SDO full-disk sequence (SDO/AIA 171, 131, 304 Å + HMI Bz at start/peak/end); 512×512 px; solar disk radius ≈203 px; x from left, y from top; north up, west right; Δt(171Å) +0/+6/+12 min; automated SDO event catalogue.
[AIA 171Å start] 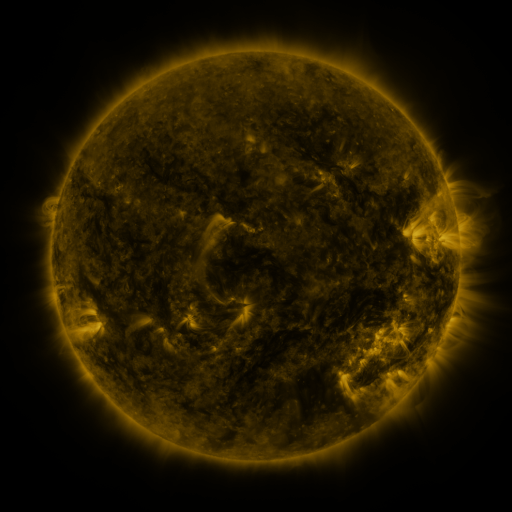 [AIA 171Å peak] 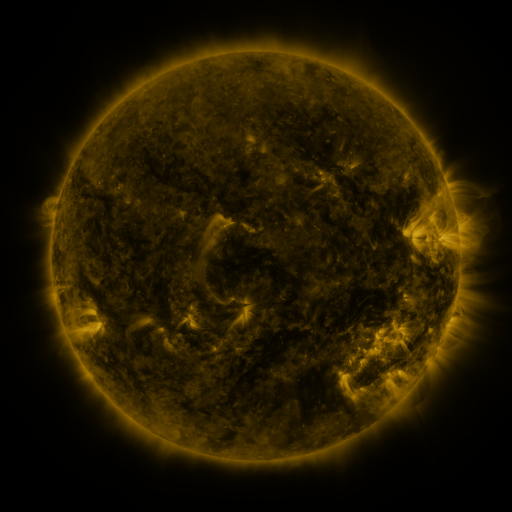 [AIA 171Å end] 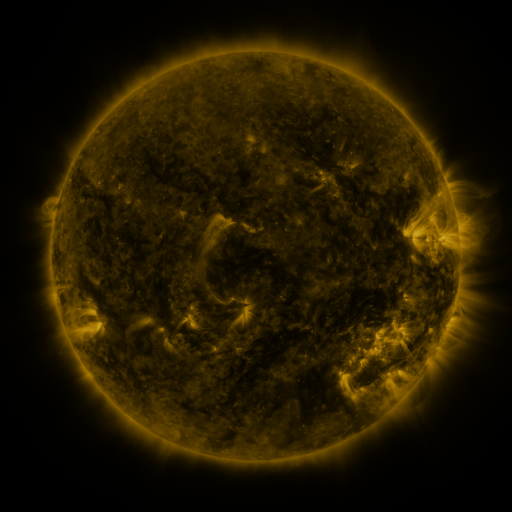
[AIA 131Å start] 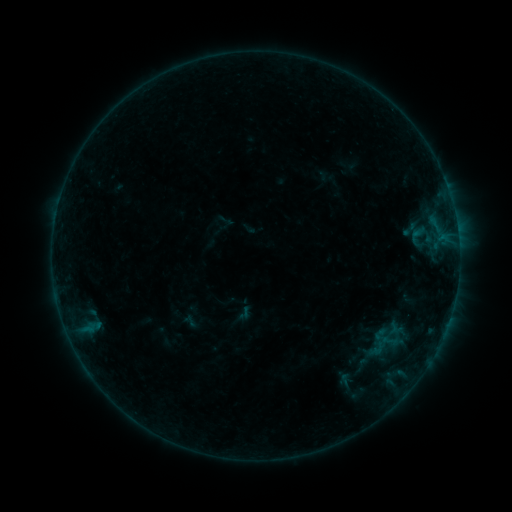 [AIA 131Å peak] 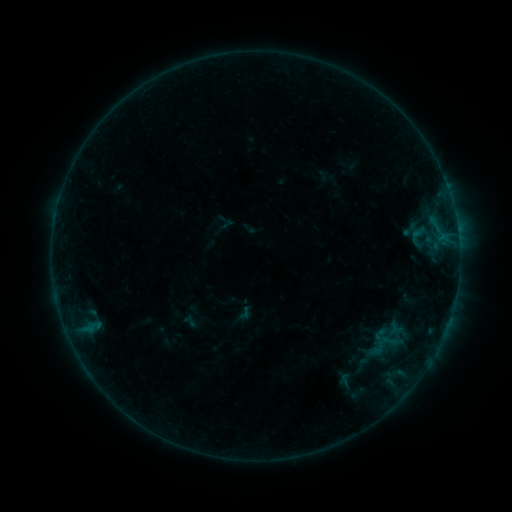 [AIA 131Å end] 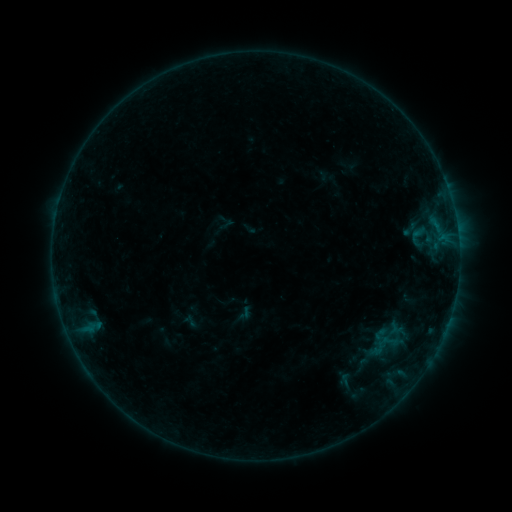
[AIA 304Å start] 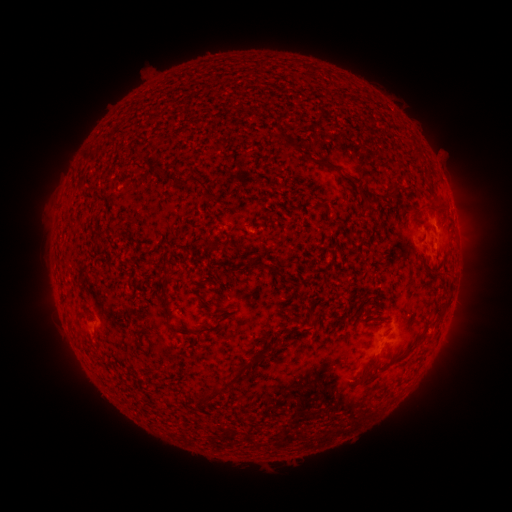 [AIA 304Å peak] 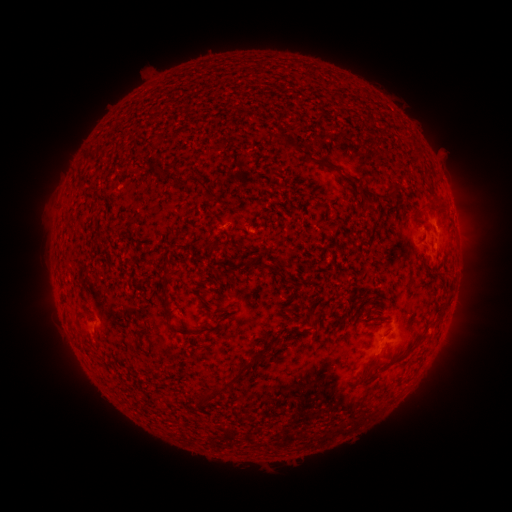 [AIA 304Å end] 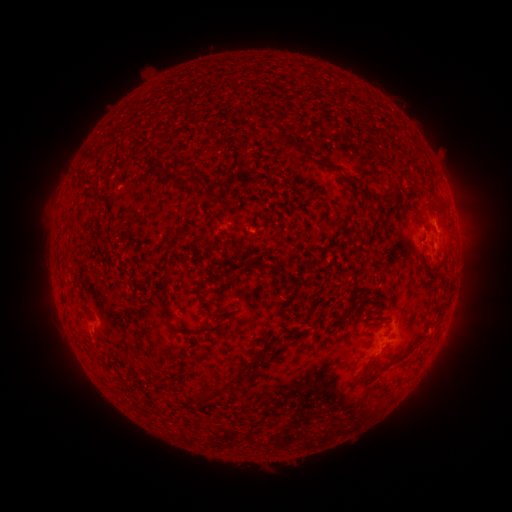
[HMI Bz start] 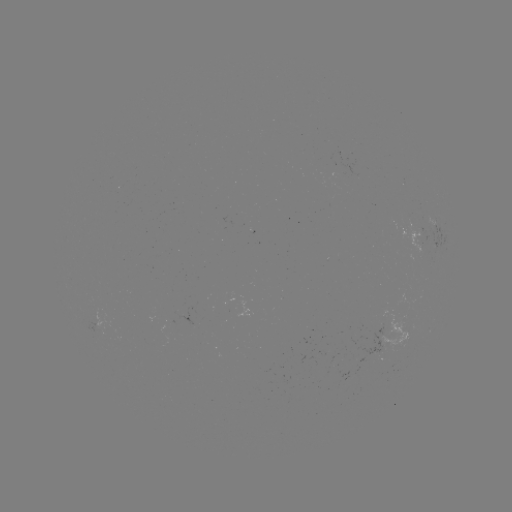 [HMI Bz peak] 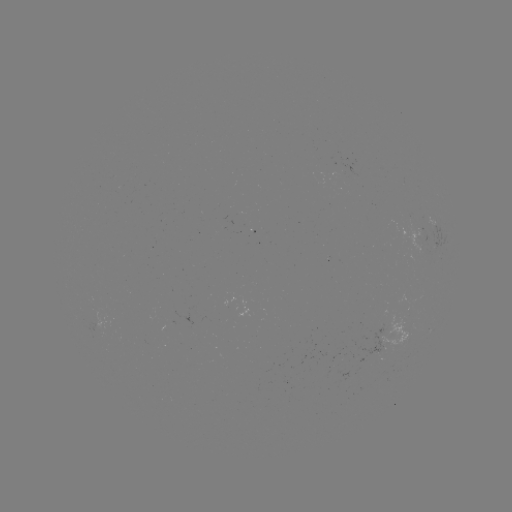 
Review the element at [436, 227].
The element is B2.0 flare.